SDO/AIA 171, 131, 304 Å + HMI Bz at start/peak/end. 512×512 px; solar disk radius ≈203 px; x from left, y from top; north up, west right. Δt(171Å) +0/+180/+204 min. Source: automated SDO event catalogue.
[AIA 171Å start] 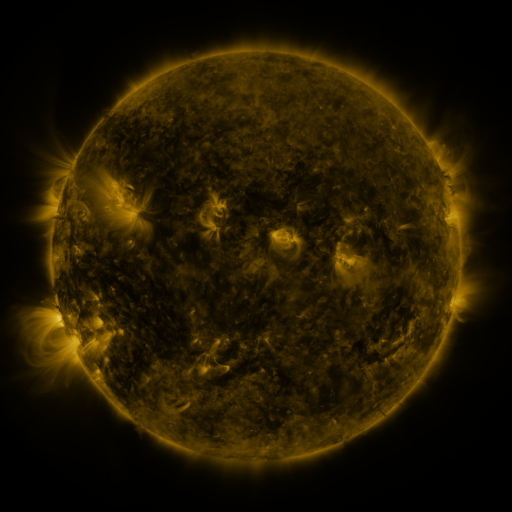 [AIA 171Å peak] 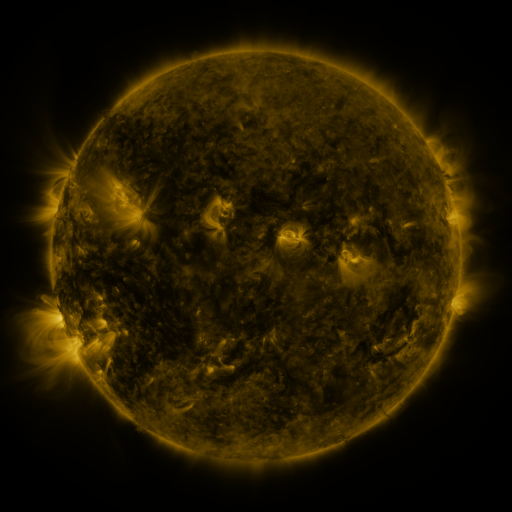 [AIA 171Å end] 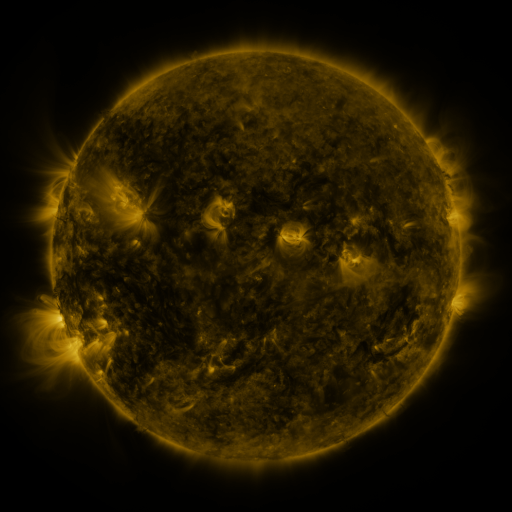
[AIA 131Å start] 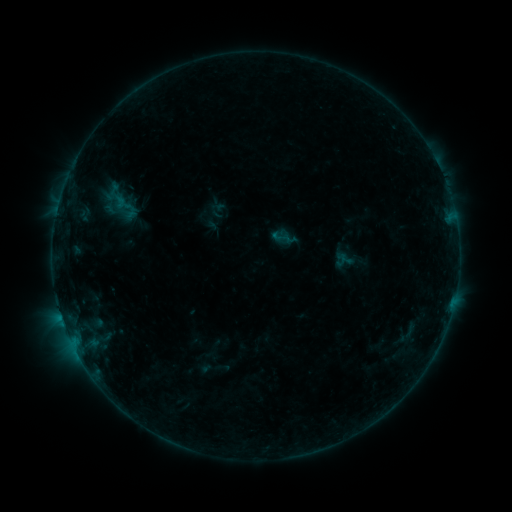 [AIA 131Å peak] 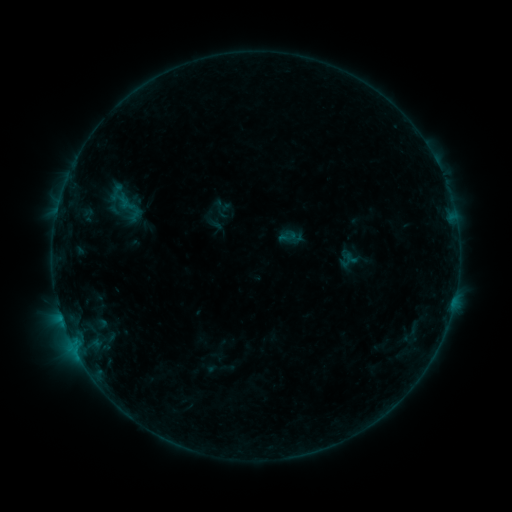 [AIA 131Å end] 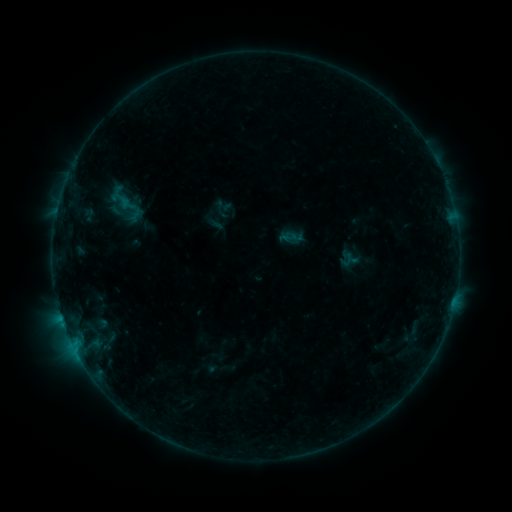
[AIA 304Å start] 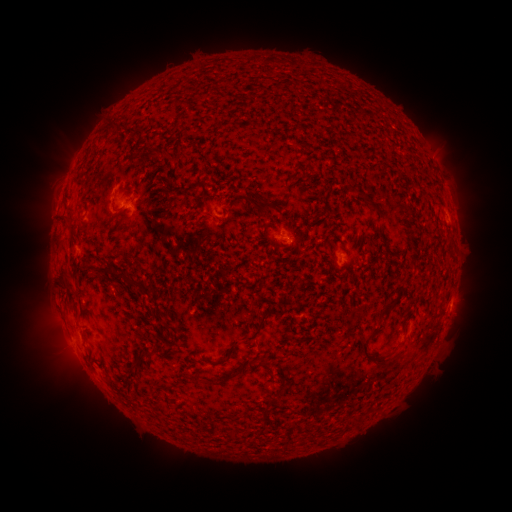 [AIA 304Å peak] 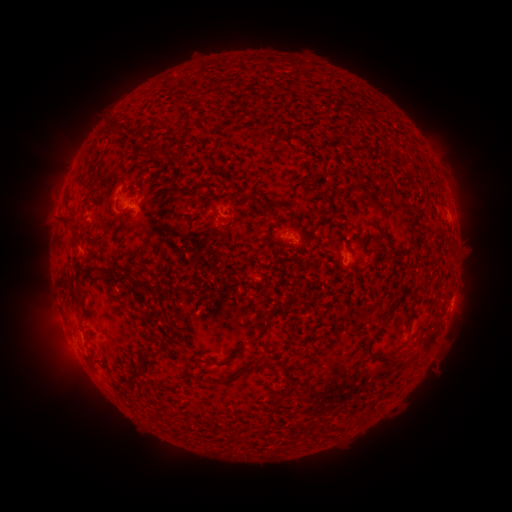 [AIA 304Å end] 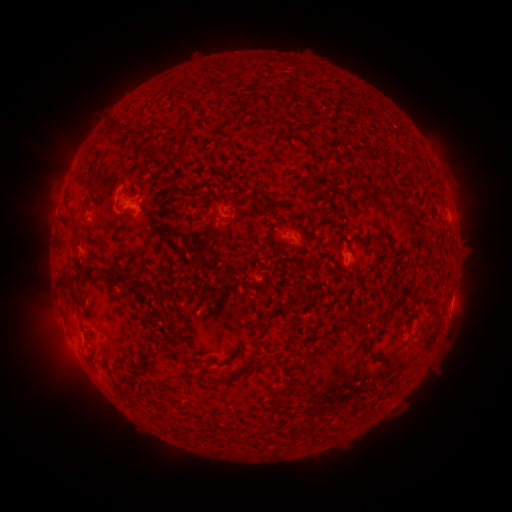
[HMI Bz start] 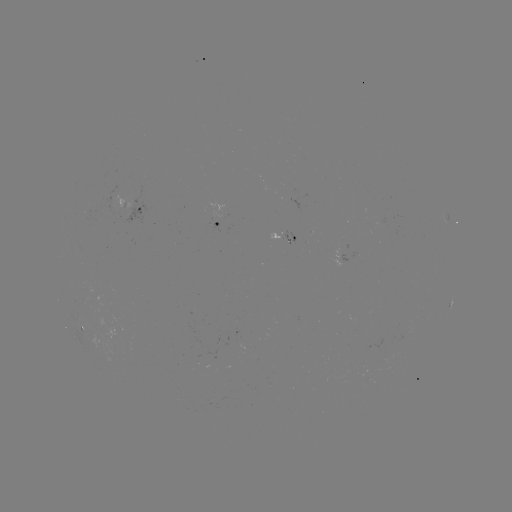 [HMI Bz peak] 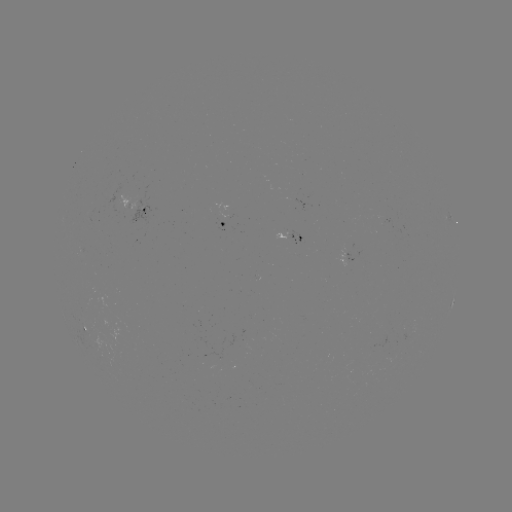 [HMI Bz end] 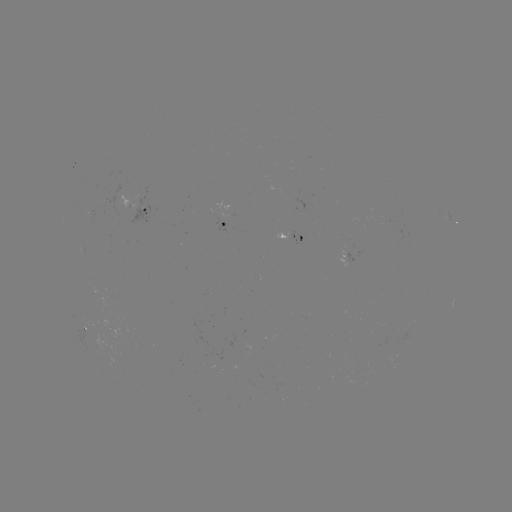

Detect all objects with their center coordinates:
emerging-flux region: (298, 240)
